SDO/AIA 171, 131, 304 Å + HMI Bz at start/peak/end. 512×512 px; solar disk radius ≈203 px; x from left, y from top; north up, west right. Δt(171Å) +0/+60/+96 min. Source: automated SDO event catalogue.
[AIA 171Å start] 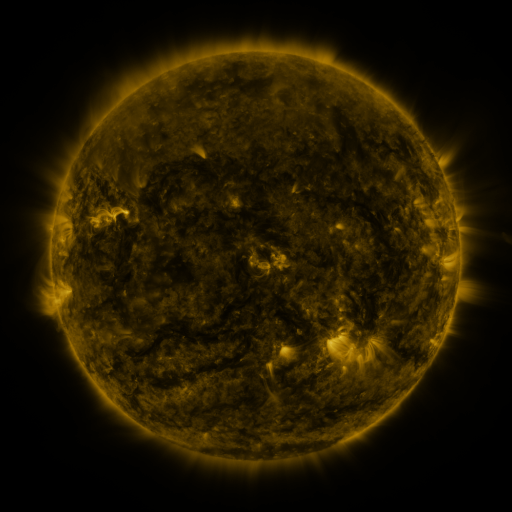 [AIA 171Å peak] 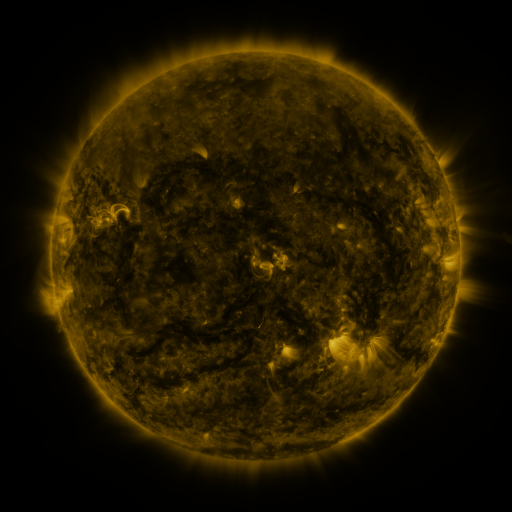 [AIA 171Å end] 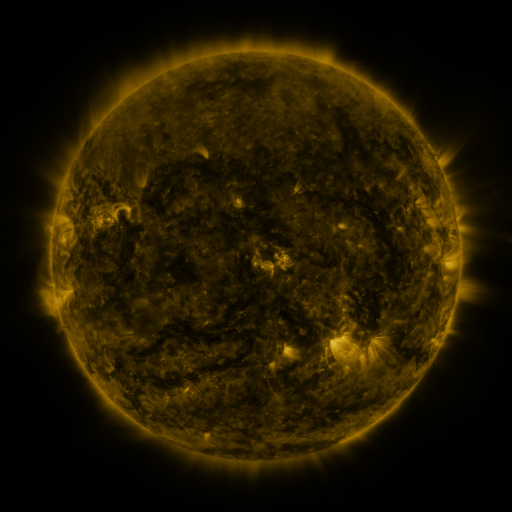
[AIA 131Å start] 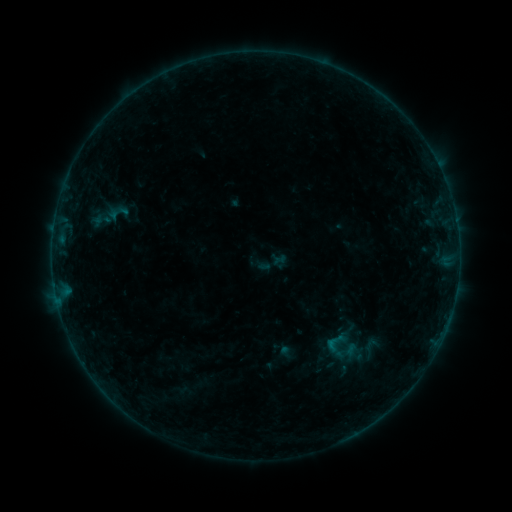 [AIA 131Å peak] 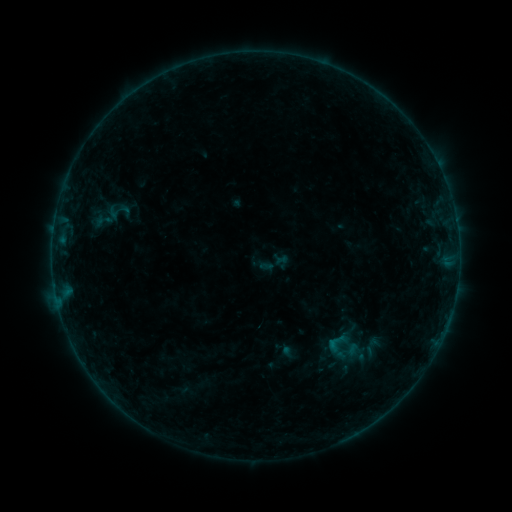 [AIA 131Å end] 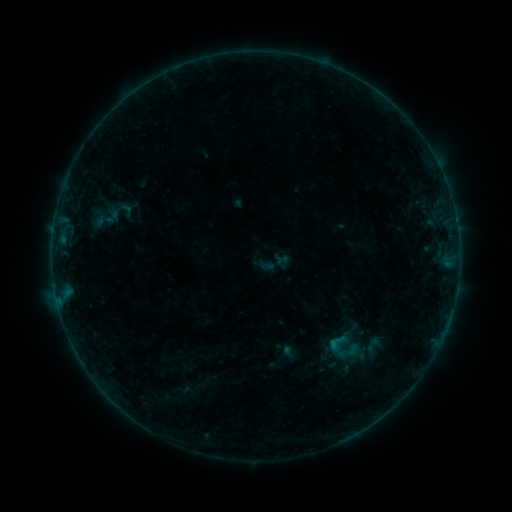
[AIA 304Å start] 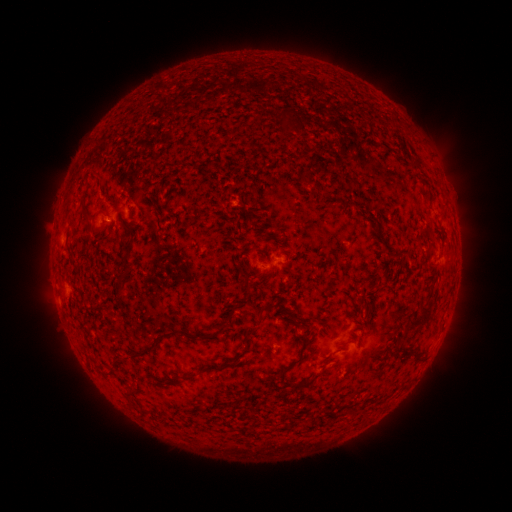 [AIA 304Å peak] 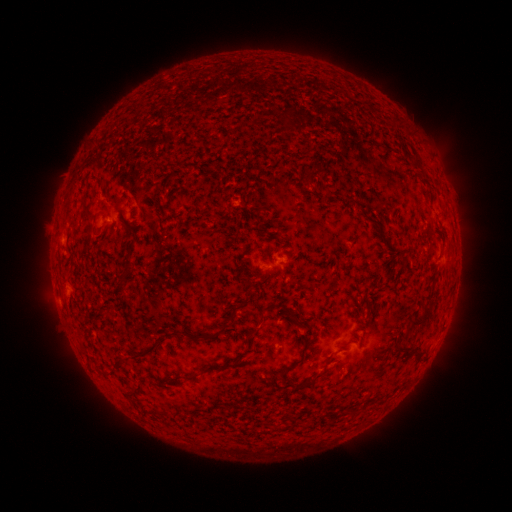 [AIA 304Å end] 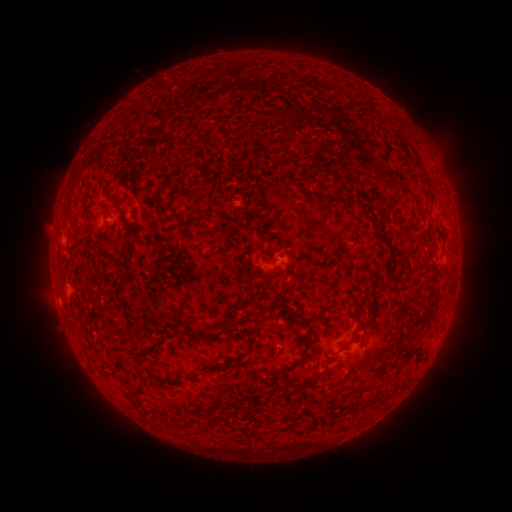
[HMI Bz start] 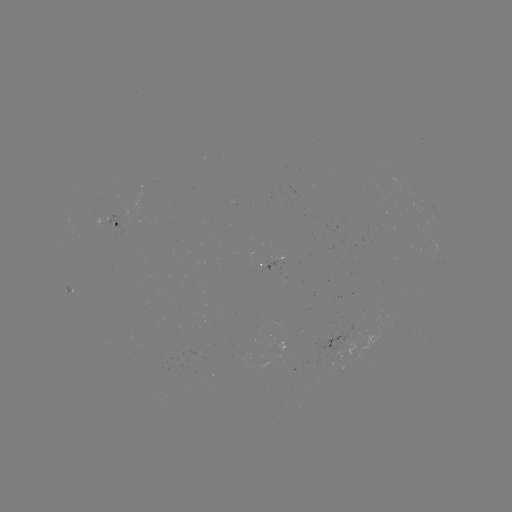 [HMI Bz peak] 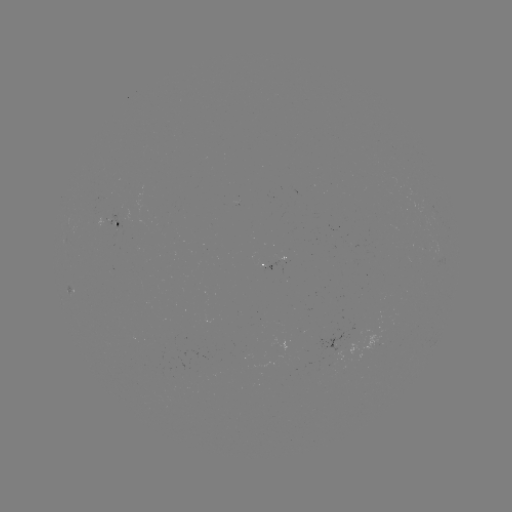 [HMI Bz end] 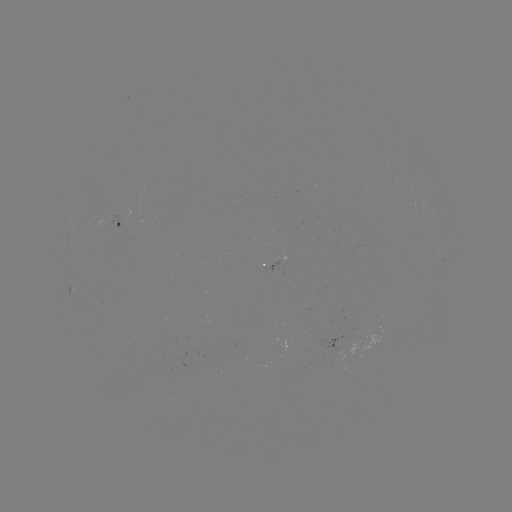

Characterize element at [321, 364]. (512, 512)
emerging-flux region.